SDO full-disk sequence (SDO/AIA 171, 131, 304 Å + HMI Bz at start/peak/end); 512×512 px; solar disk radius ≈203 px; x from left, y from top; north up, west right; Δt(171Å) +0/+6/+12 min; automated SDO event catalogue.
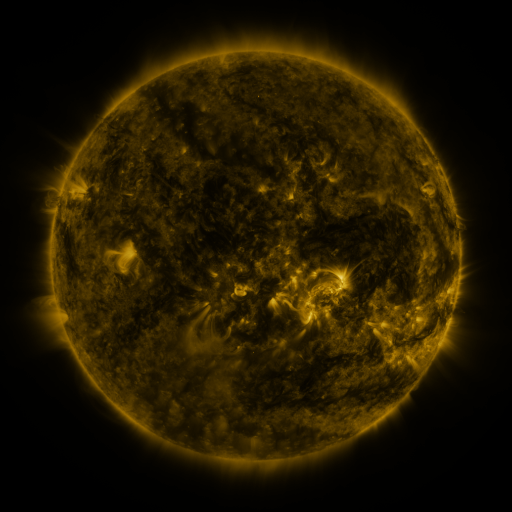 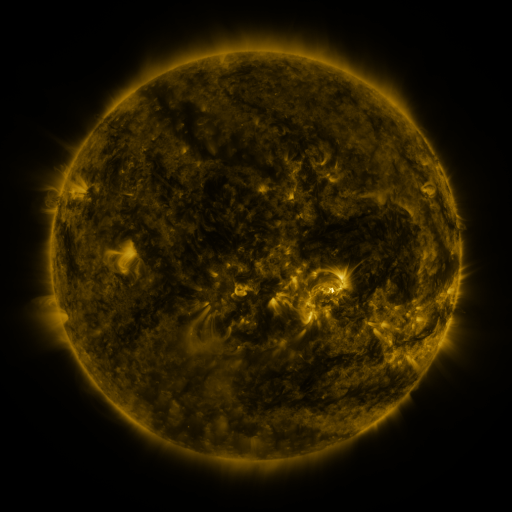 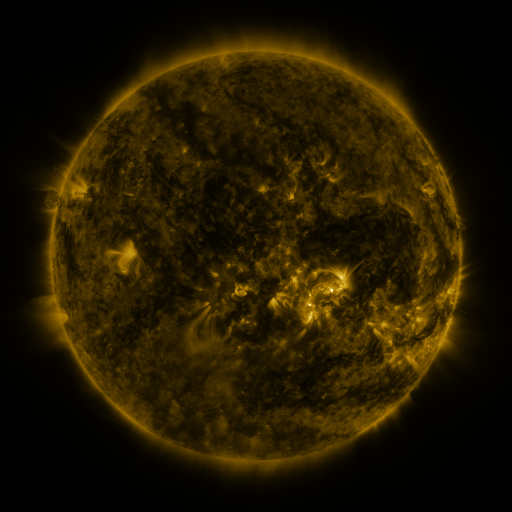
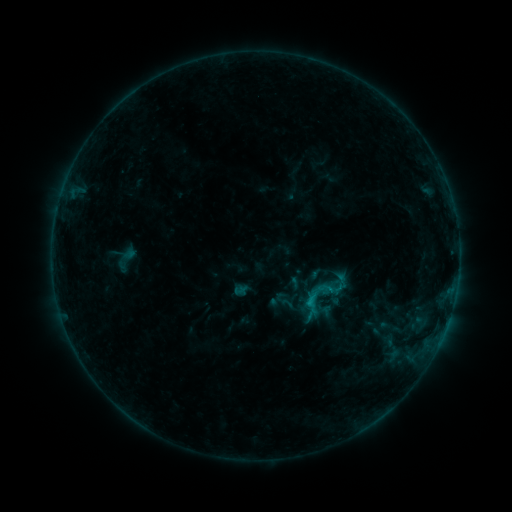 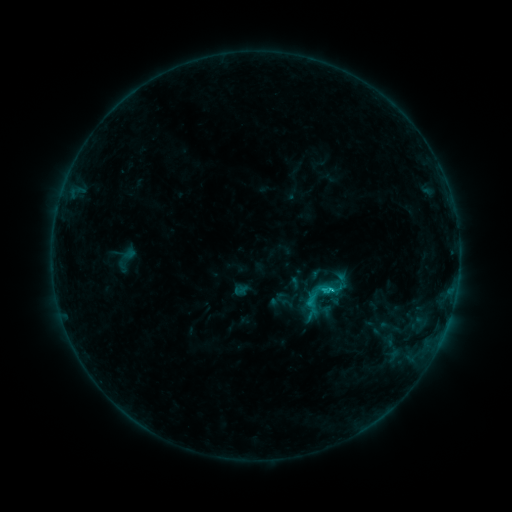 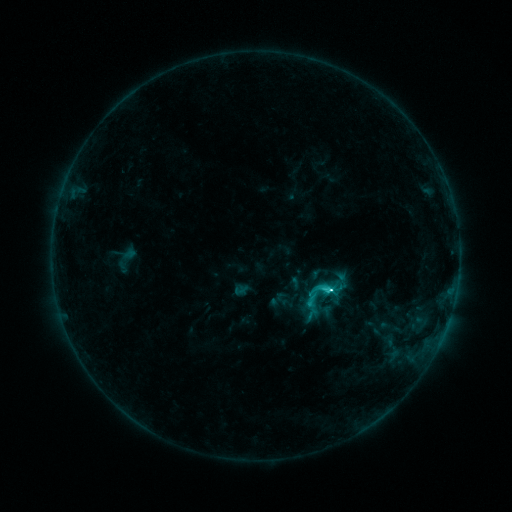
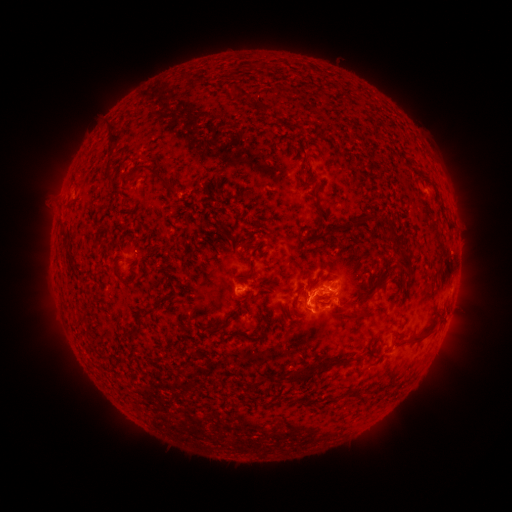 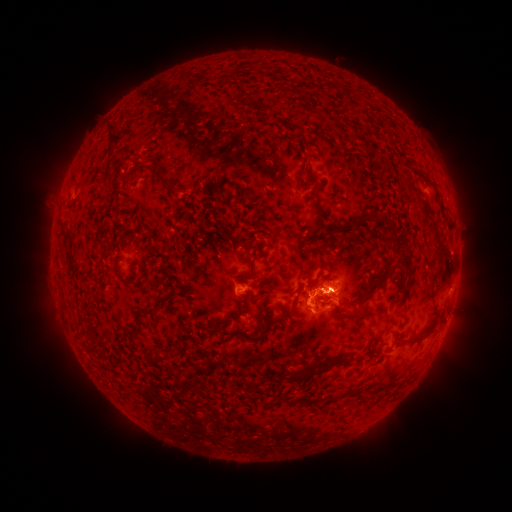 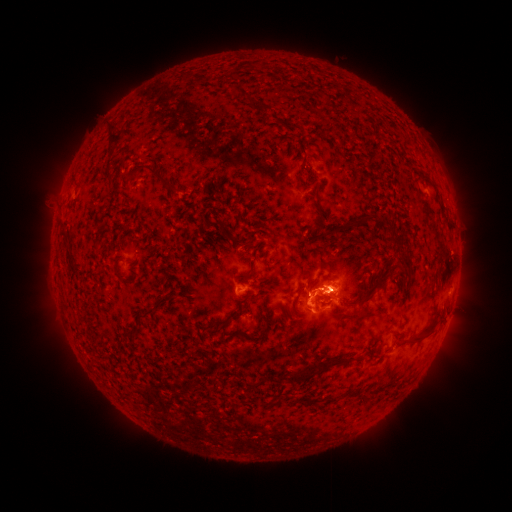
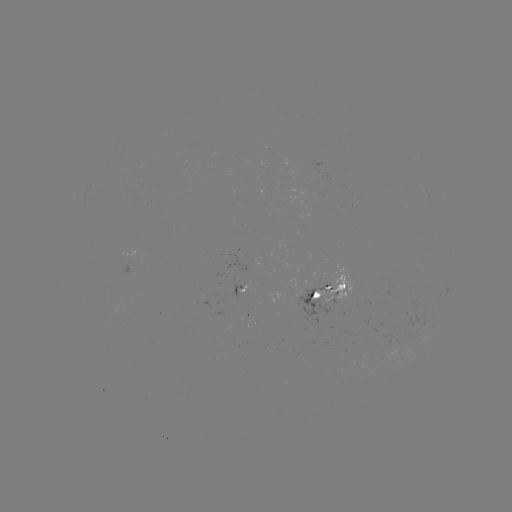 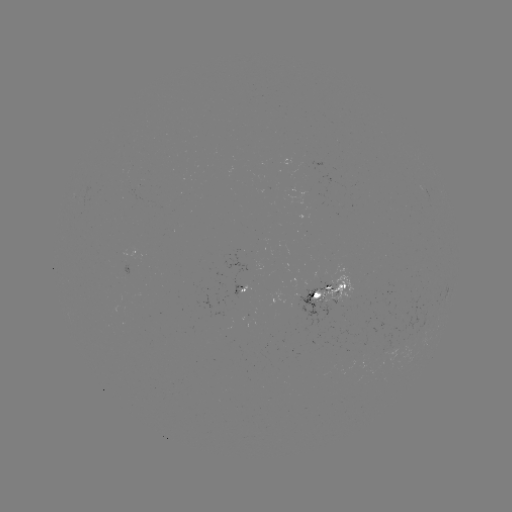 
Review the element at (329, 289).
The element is C5.3 flare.